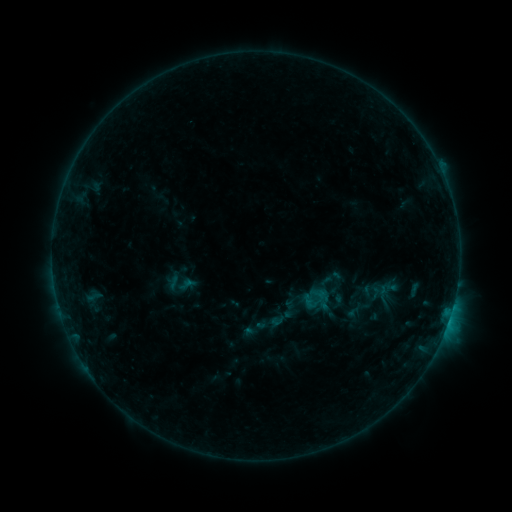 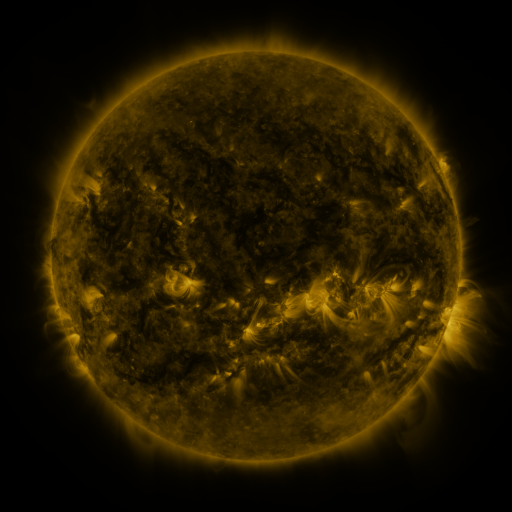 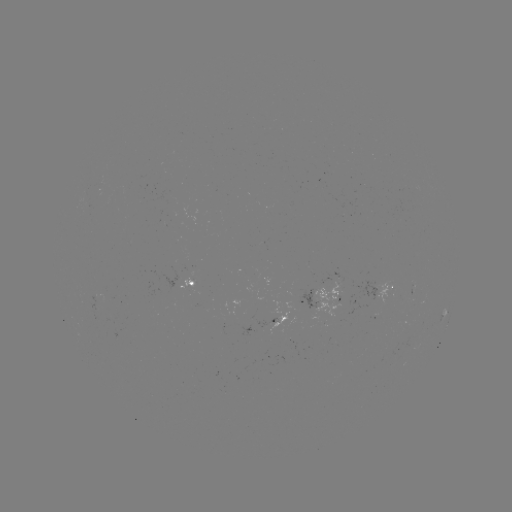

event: sigmoid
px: (255, 329)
